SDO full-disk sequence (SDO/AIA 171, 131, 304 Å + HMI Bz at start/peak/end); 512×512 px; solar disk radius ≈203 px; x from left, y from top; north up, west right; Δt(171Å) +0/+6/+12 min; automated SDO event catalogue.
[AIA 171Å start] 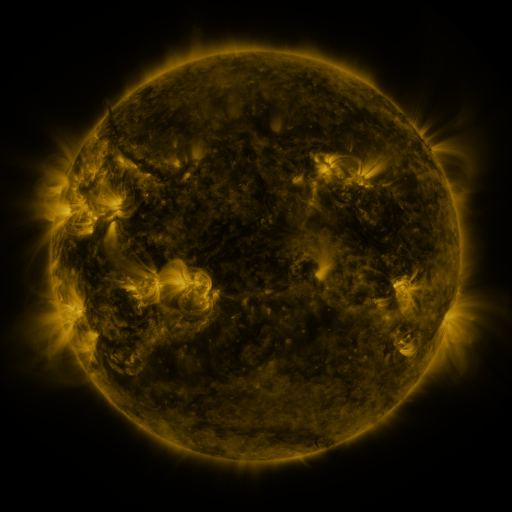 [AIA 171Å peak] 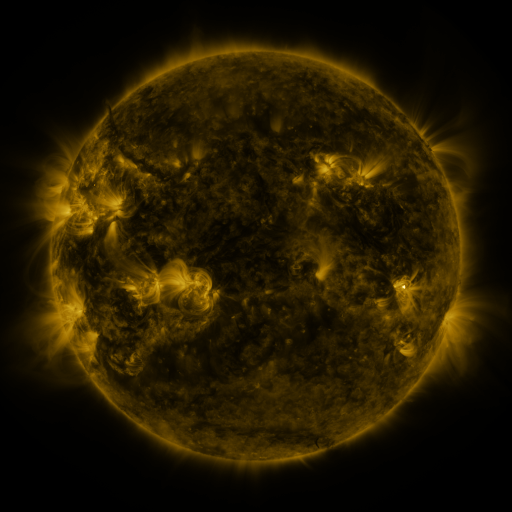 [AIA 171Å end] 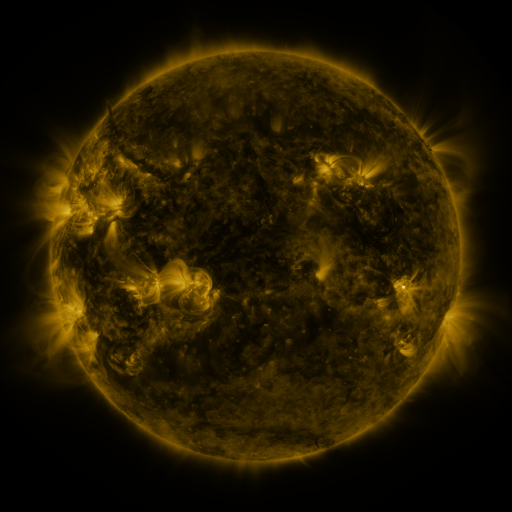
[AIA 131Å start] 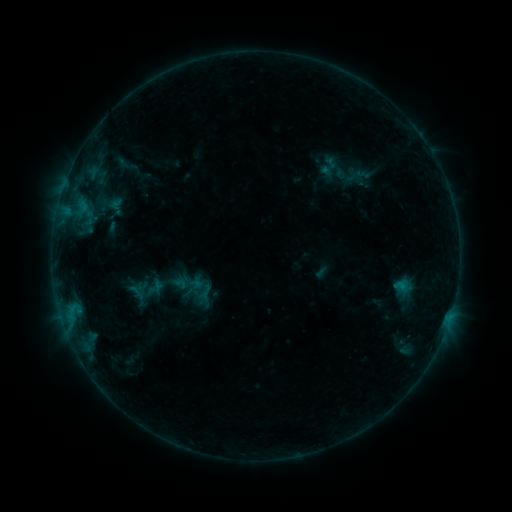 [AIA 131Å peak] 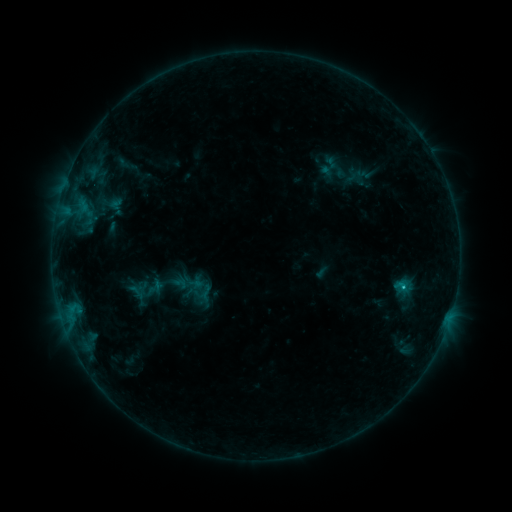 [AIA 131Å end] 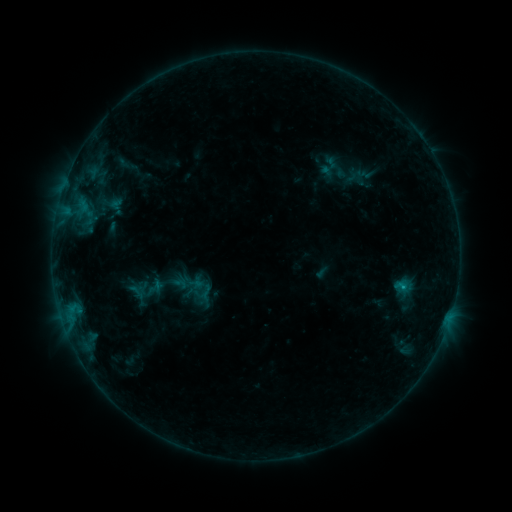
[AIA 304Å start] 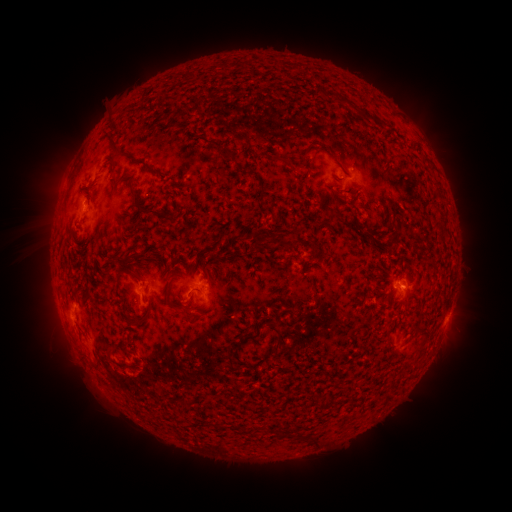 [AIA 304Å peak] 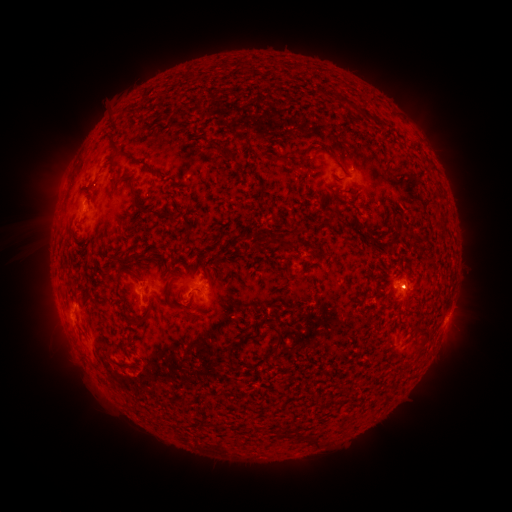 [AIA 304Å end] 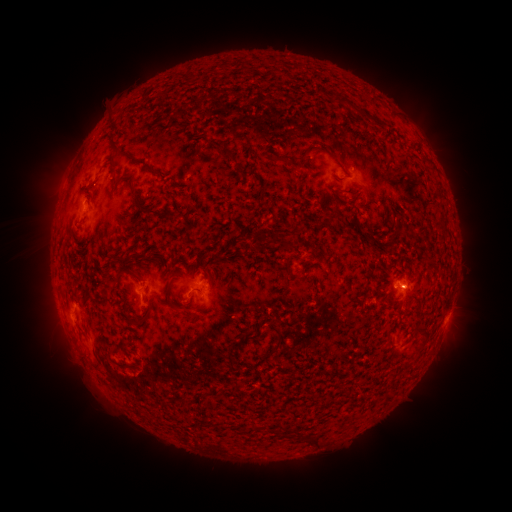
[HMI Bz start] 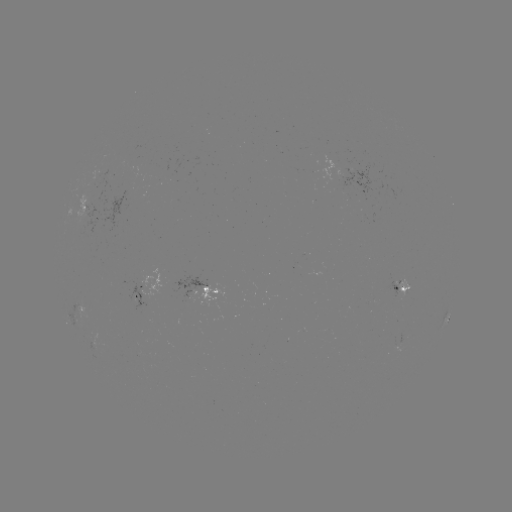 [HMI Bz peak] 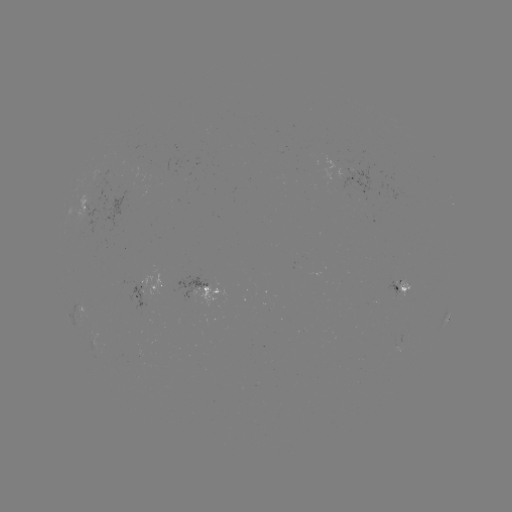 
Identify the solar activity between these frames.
B5.2 flare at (403, 284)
